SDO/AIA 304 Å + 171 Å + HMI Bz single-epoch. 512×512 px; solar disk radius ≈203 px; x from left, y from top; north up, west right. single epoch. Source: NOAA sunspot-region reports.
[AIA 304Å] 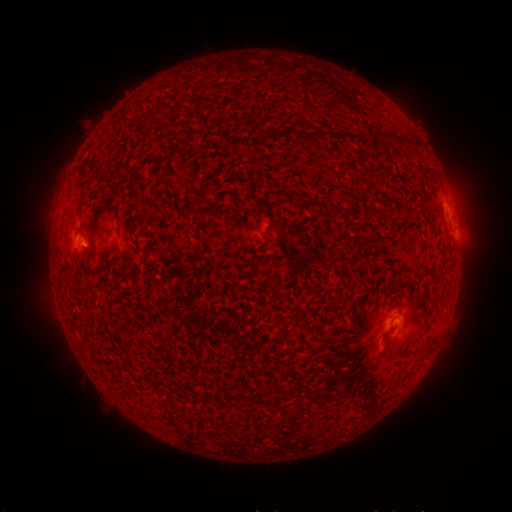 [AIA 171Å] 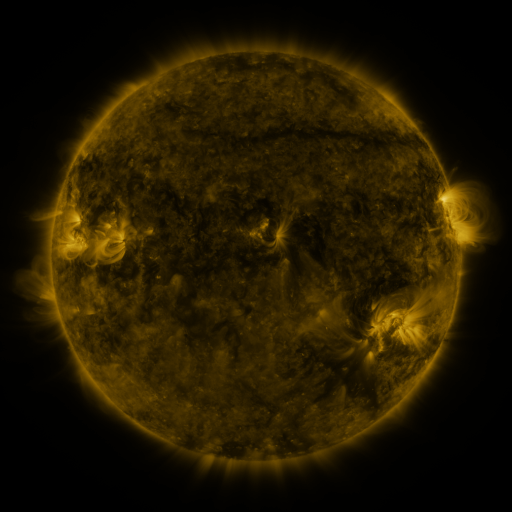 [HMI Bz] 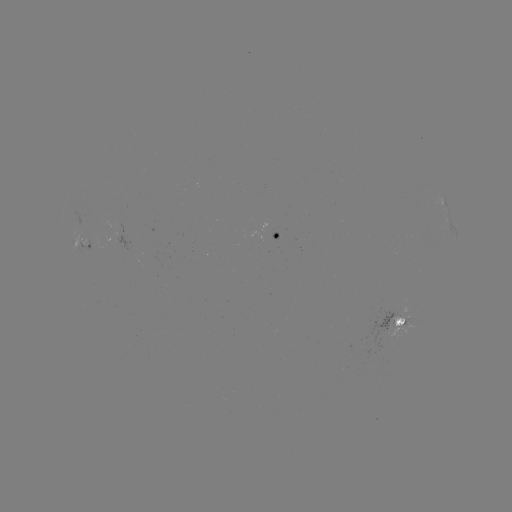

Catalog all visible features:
spotted active region: (280, 238)
spotted active region: (86, 246)
spotted active region: (405, 318)
